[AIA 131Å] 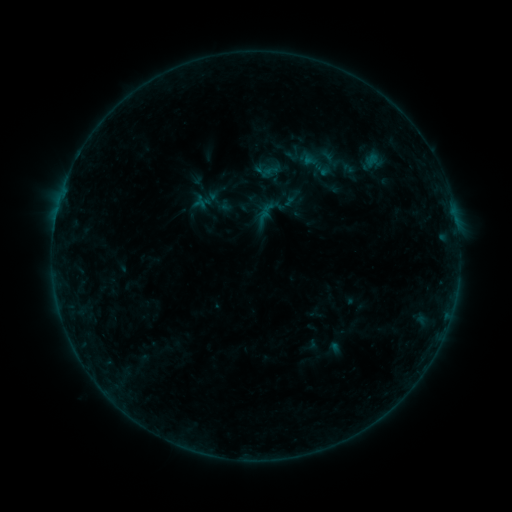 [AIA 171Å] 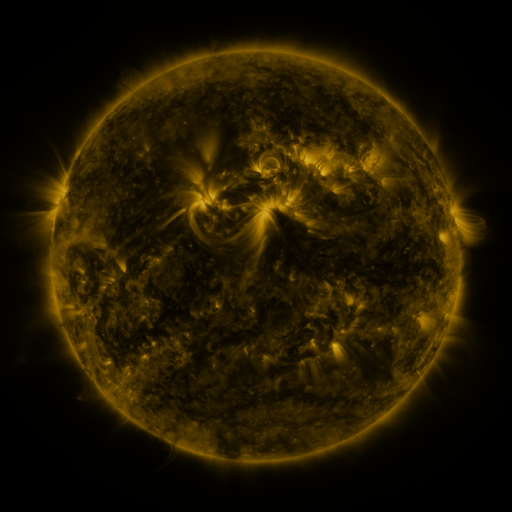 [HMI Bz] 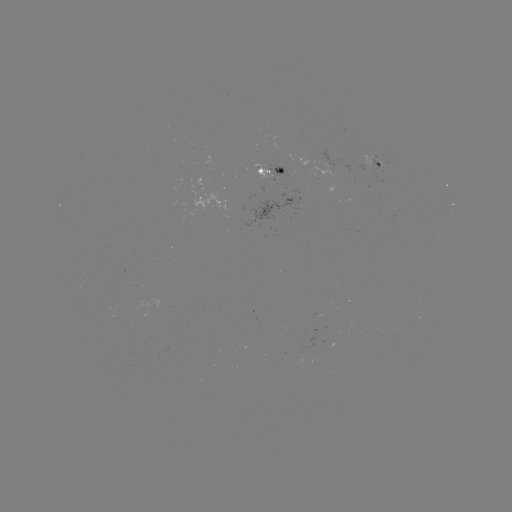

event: sigmoid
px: (317, 163)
